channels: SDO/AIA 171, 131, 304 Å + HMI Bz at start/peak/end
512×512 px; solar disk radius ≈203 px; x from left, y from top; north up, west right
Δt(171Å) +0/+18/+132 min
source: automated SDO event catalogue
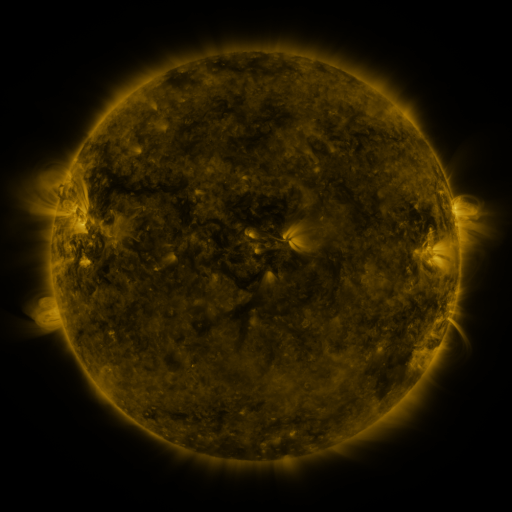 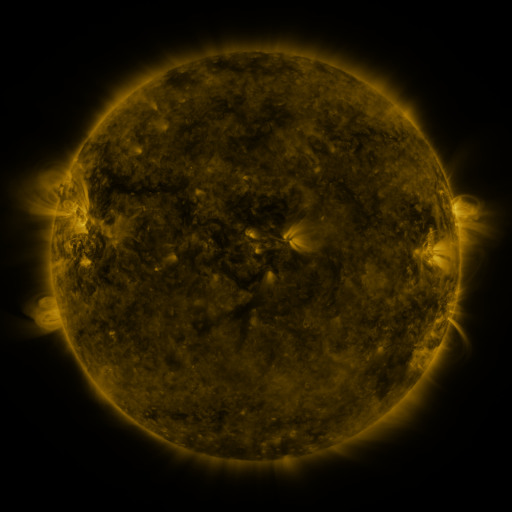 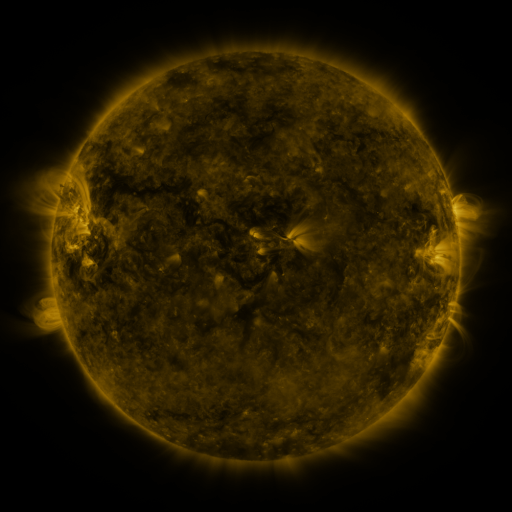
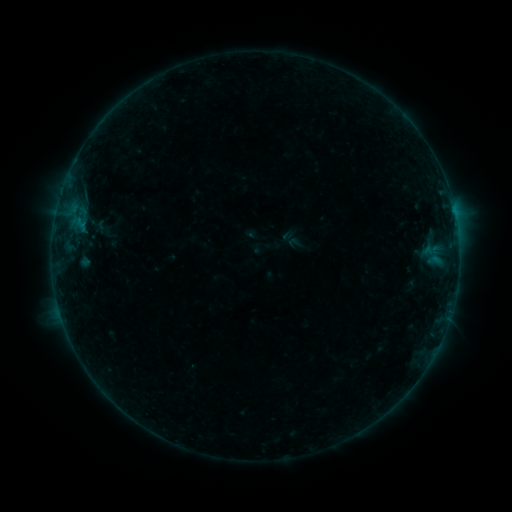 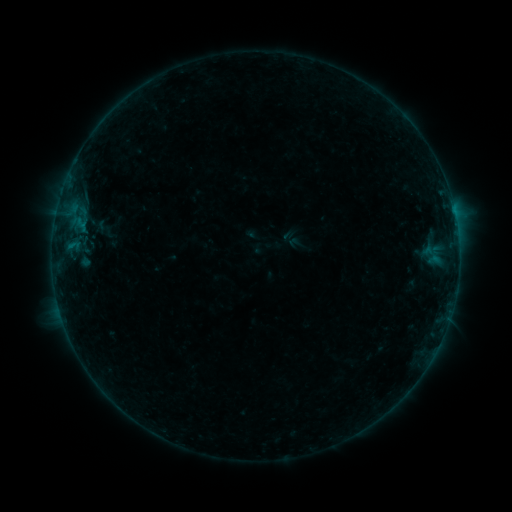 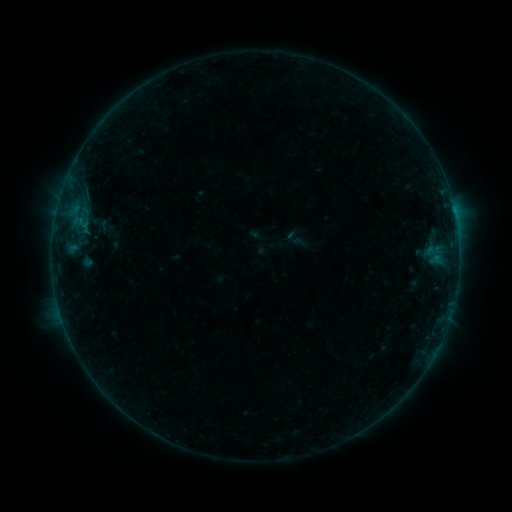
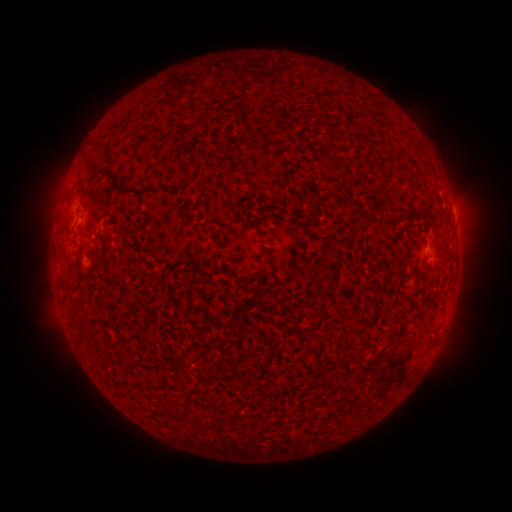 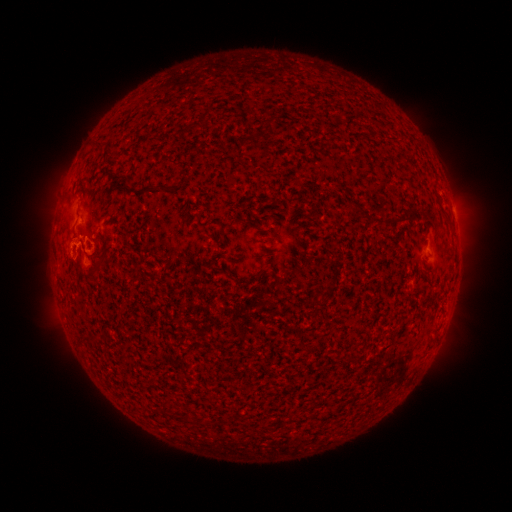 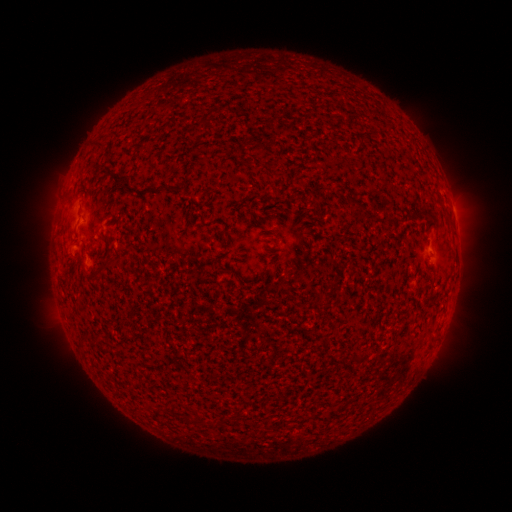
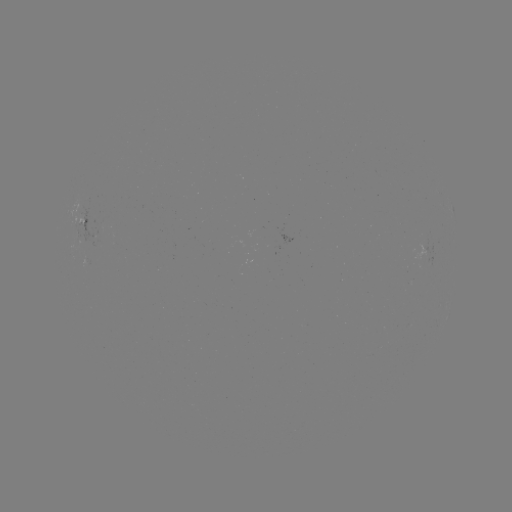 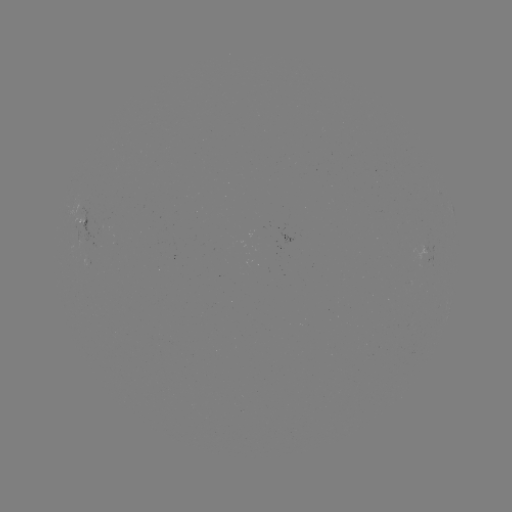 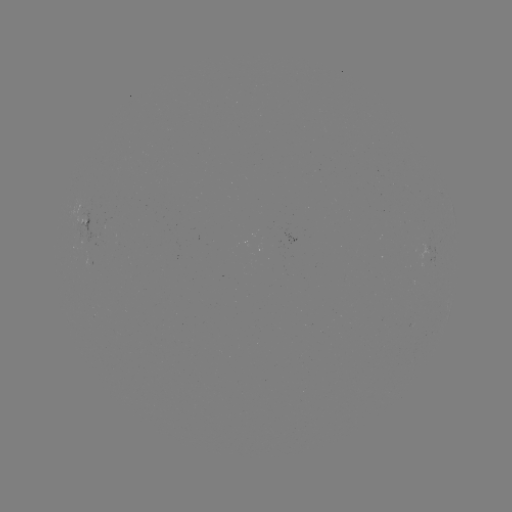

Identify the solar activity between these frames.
B2.9 flare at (70, 248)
